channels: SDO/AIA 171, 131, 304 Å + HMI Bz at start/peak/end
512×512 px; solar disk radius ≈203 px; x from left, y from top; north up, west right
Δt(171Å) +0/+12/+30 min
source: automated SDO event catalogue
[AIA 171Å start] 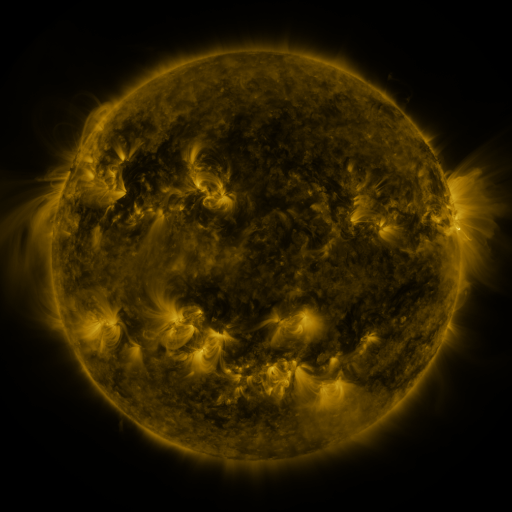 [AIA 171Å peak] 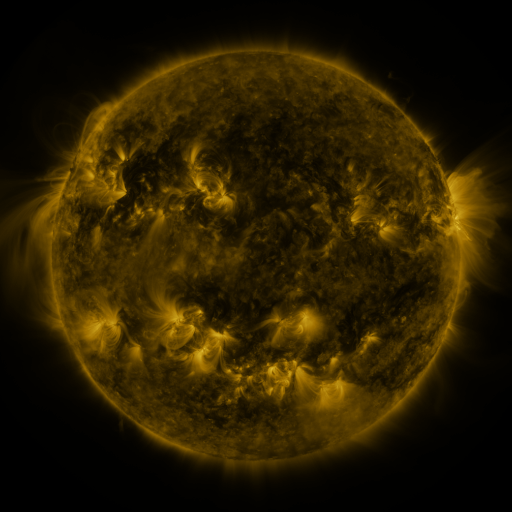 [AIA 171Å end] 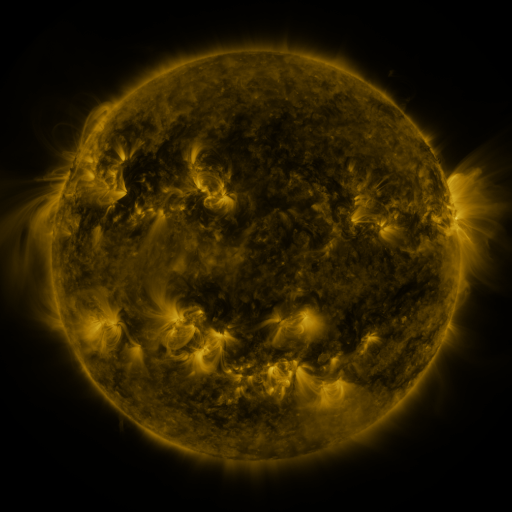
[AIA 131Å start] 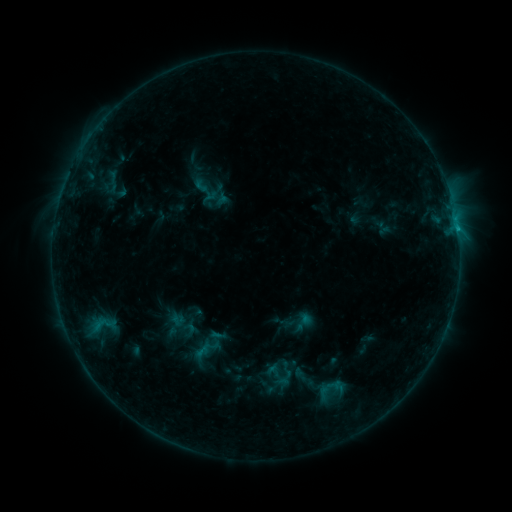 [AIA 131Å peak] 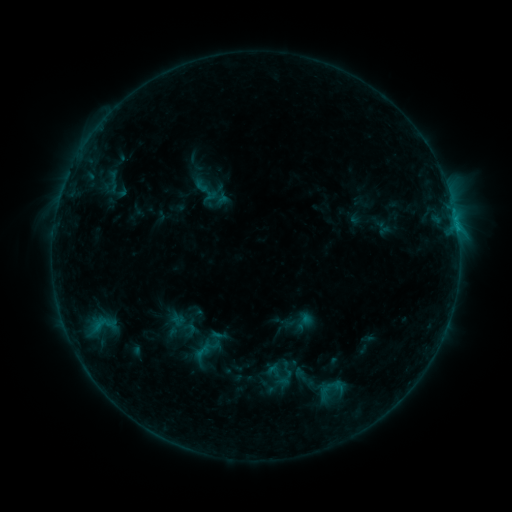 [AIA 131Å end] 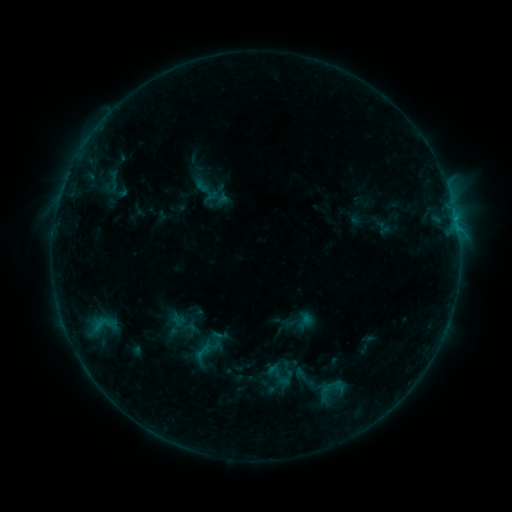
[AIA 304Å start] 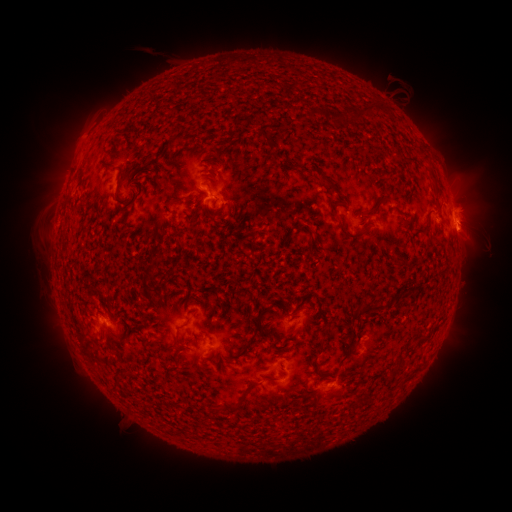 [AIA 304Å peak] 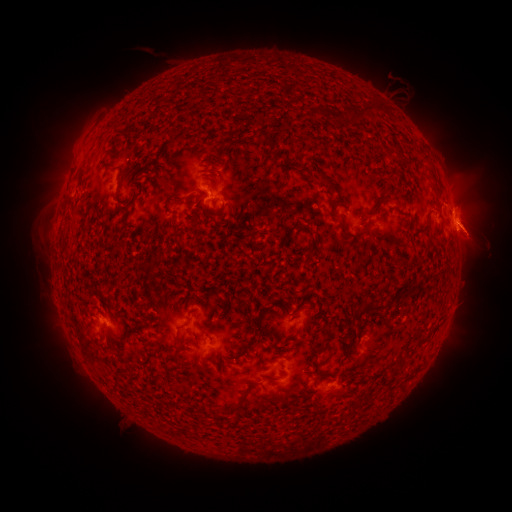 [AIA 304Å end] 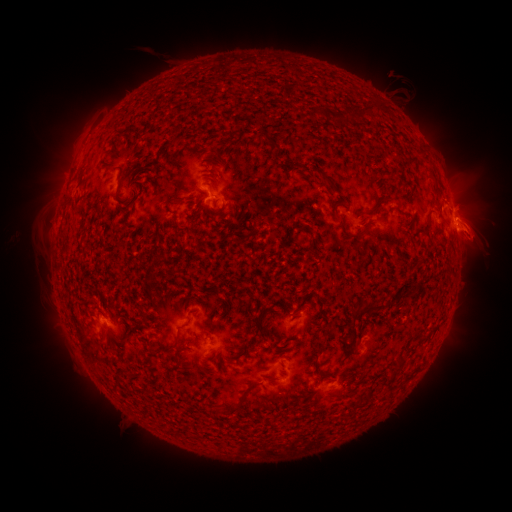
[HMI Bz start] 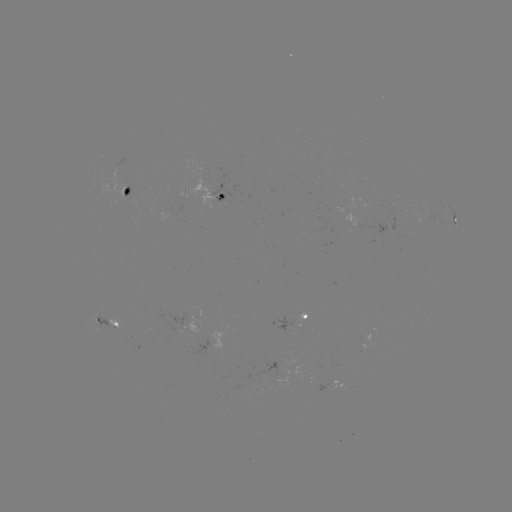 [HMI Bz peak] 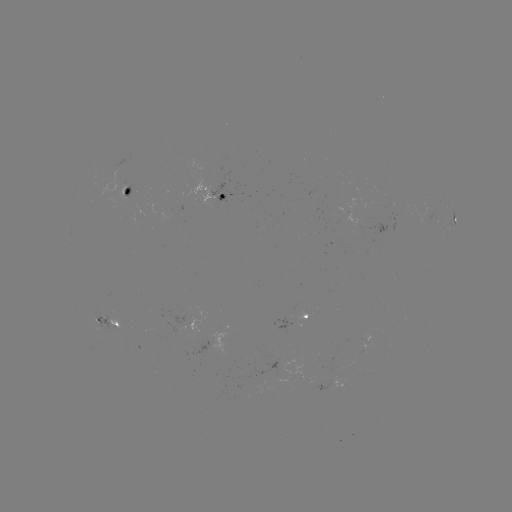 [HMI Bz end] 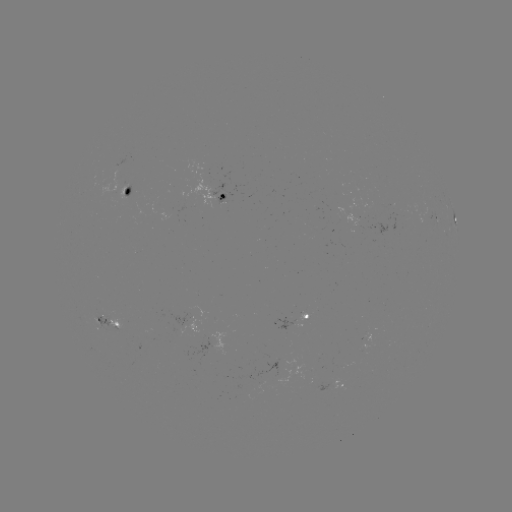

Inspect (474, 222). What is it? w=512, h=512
eruption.